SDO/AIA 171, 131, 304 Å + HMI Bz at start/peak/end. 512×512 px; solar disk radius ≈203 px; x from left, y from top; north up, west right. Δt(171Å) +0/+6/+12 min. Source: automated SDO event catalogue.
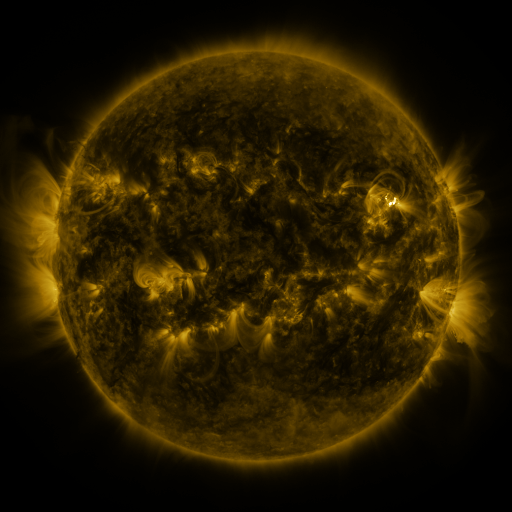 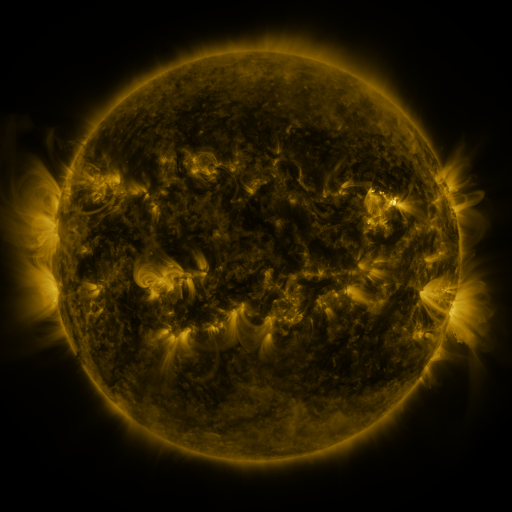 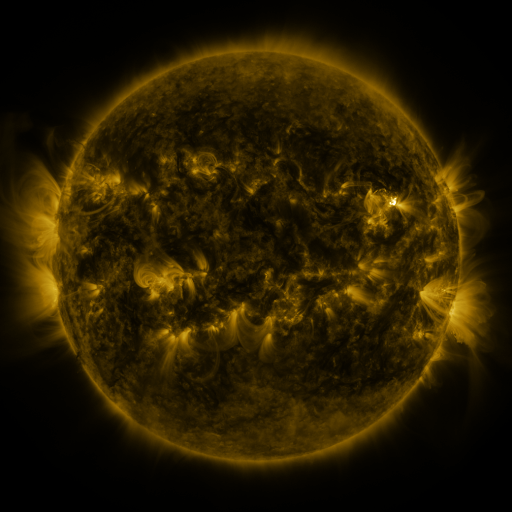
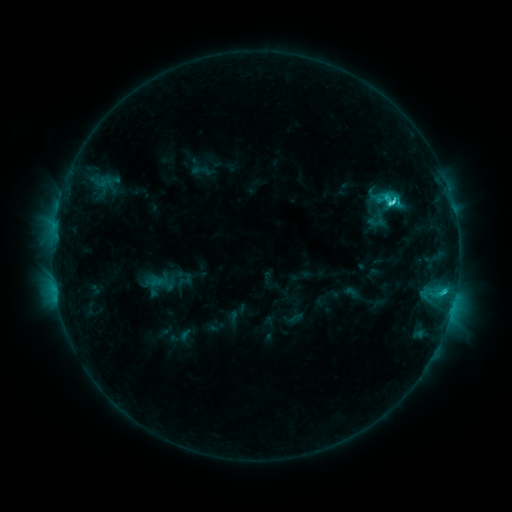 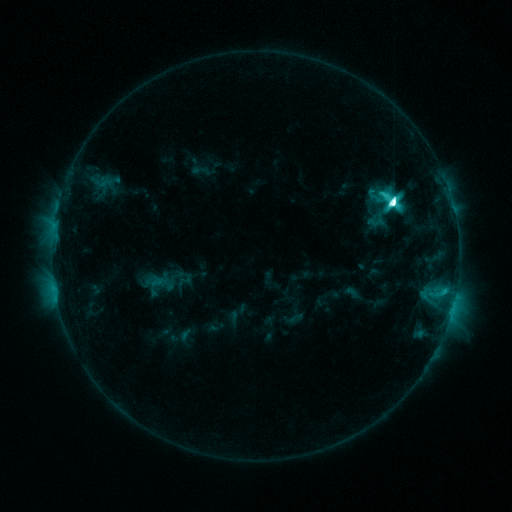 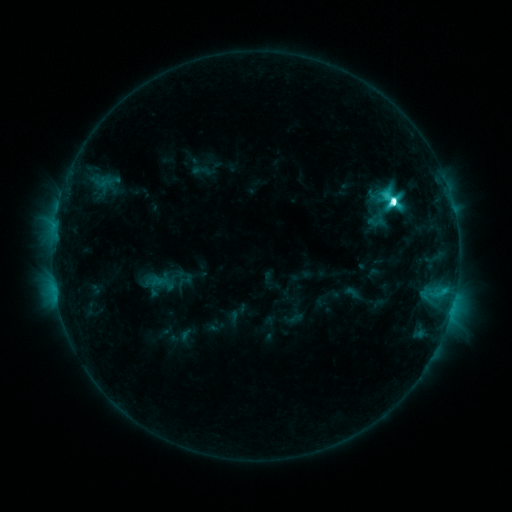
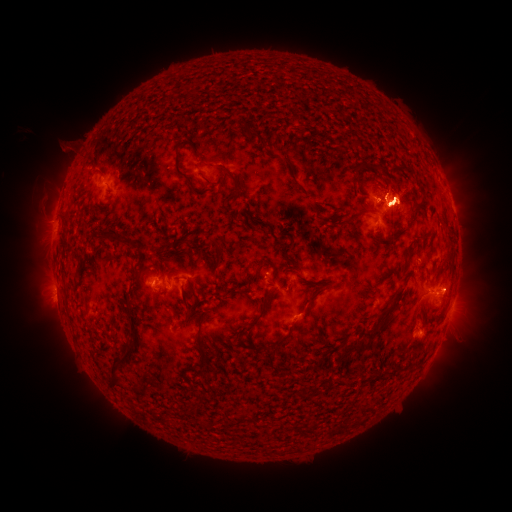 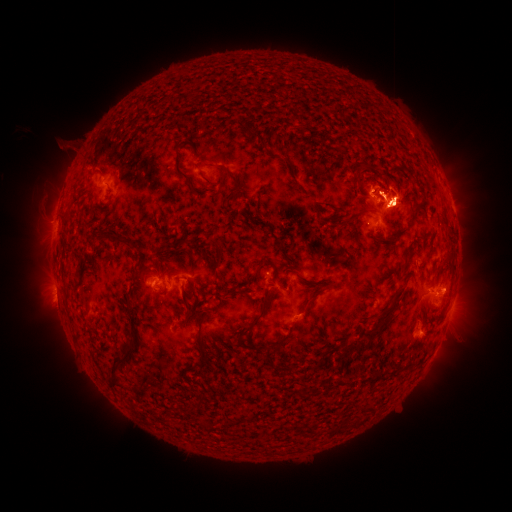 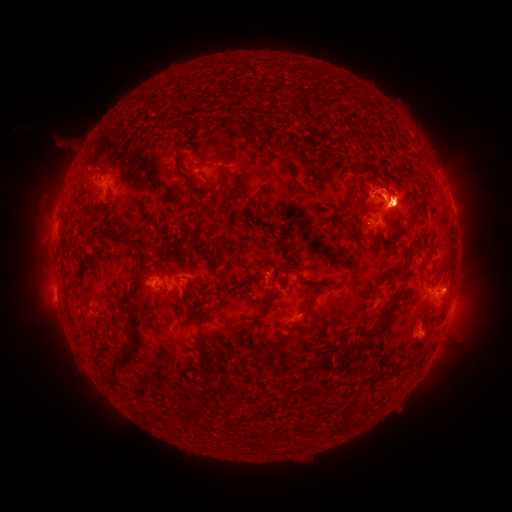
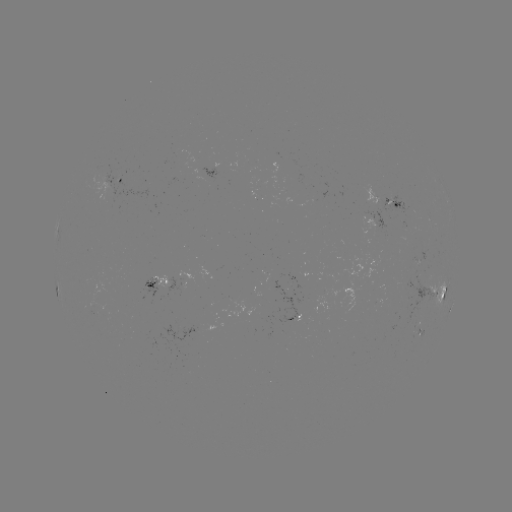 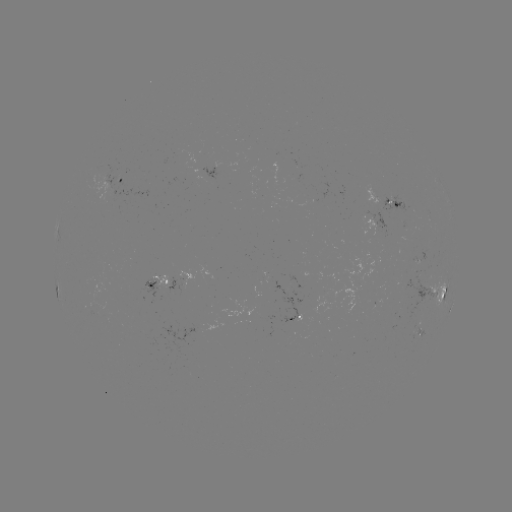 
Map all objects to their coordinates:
M2.1 flare: (390, 203)
